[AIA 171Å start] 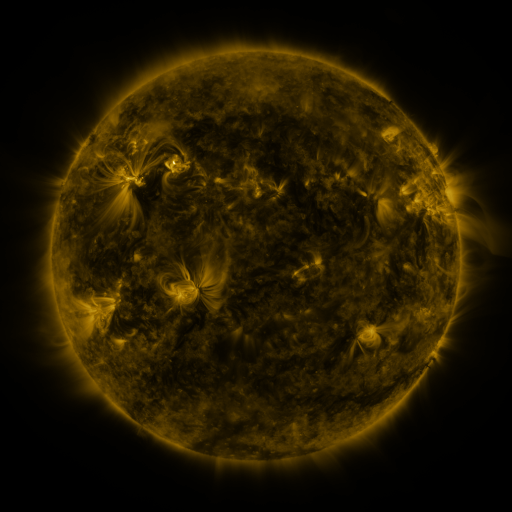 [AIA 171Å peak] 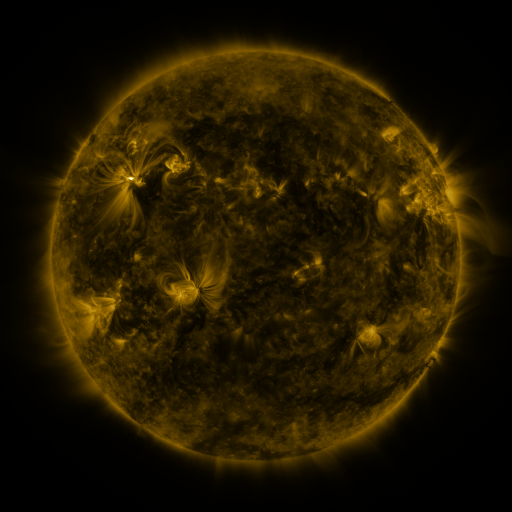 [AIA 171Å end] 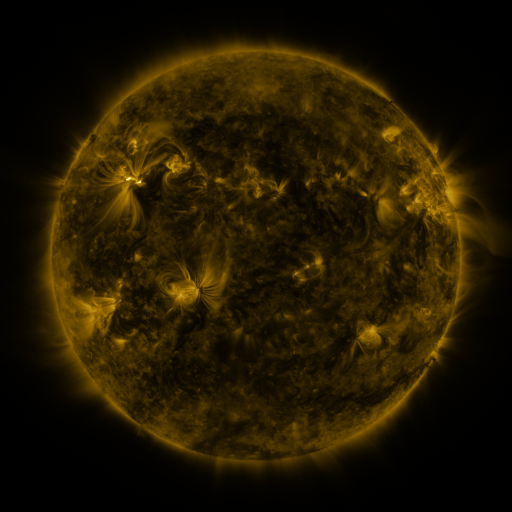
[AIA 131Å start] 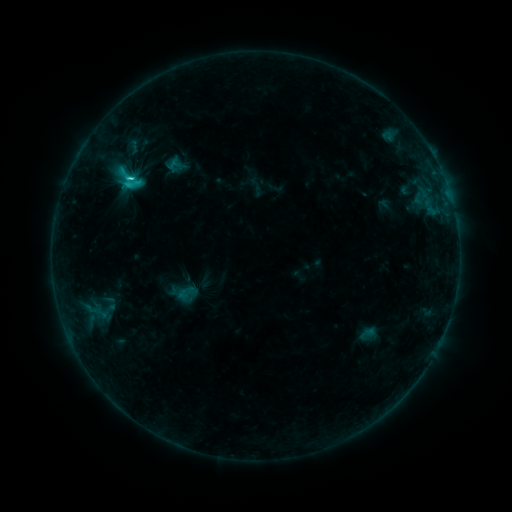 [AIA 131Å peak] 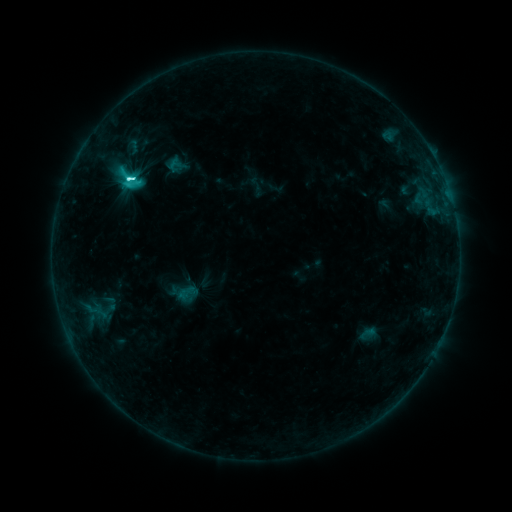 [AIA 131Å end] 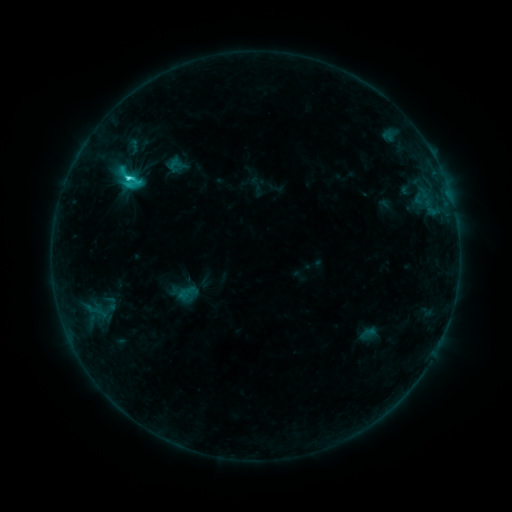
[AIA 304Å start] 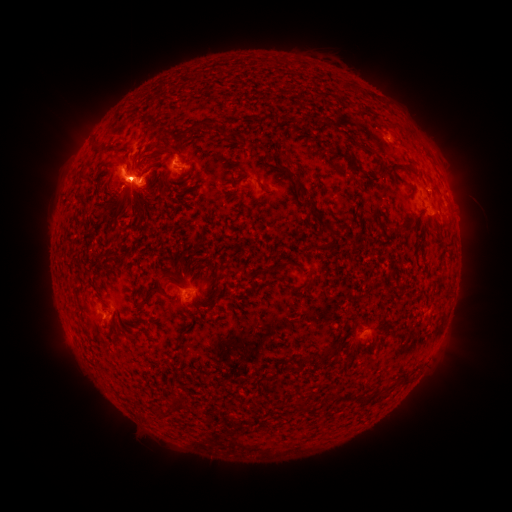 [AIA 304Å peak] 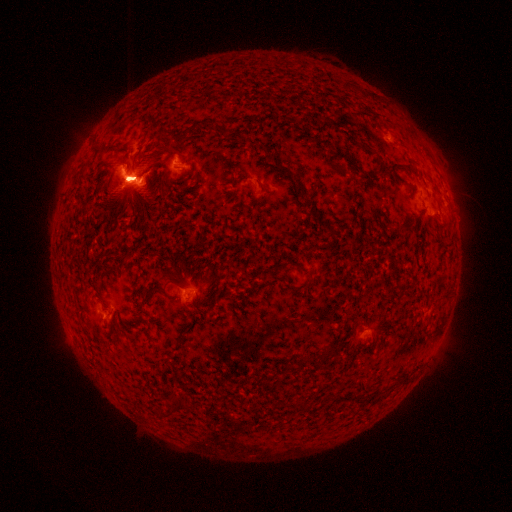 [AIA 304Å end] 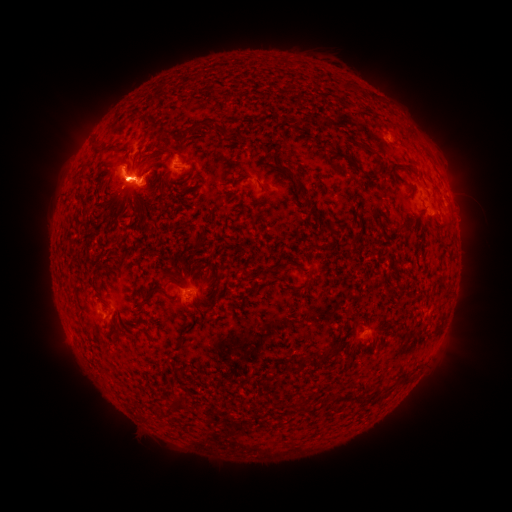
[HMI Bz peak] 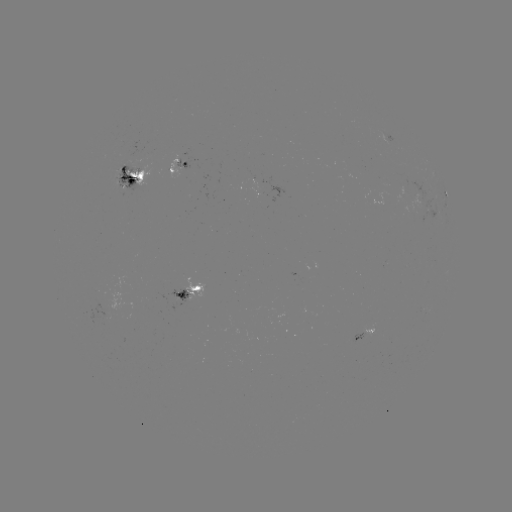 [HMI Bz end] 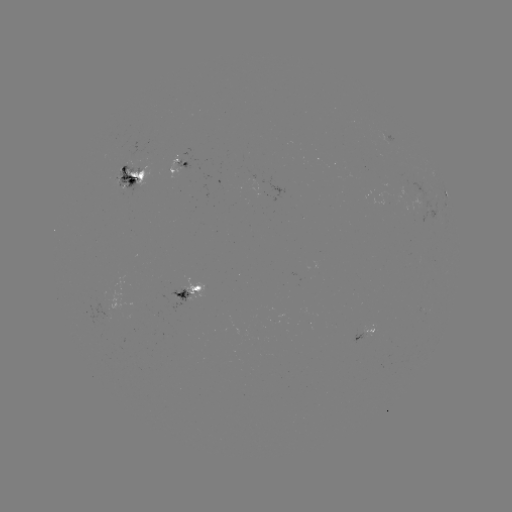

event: flare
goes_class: M1.0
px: (132, 181)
